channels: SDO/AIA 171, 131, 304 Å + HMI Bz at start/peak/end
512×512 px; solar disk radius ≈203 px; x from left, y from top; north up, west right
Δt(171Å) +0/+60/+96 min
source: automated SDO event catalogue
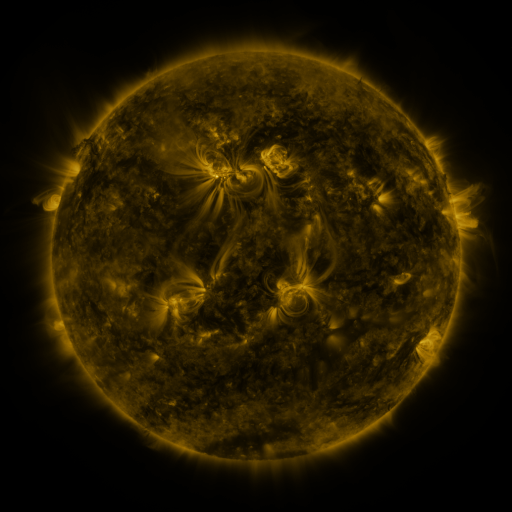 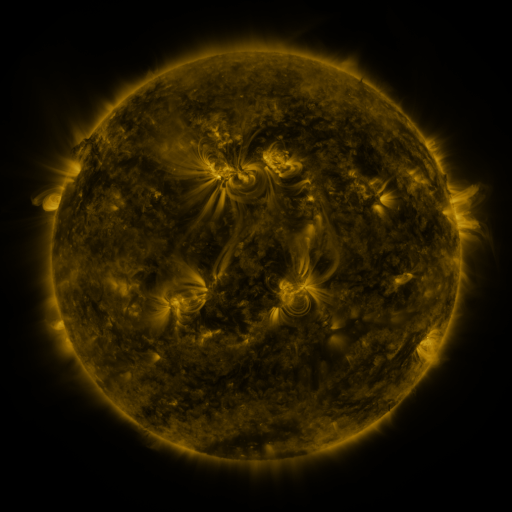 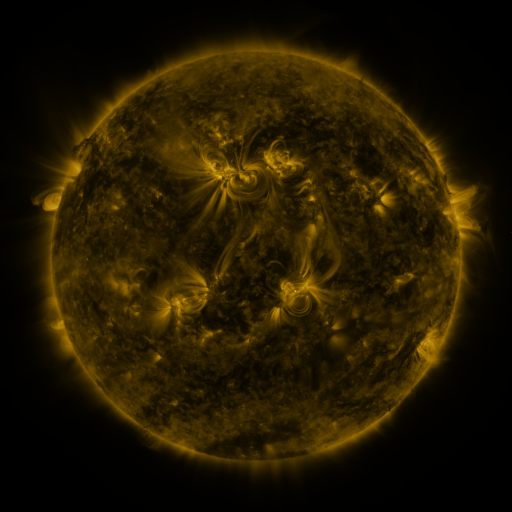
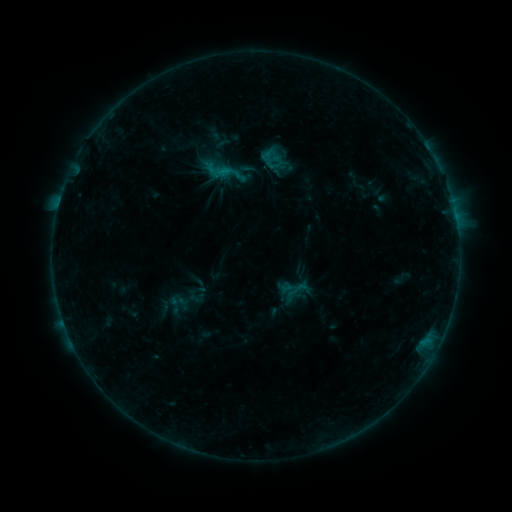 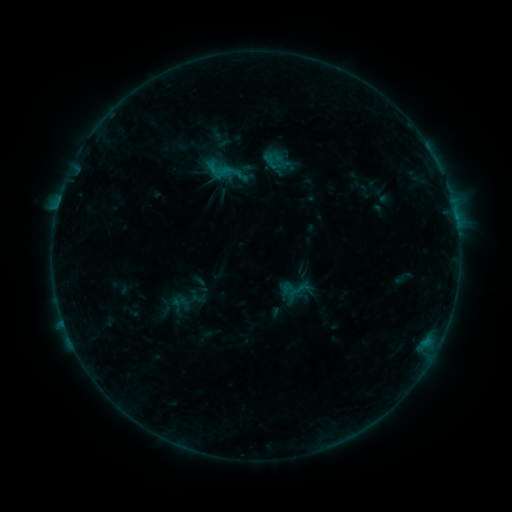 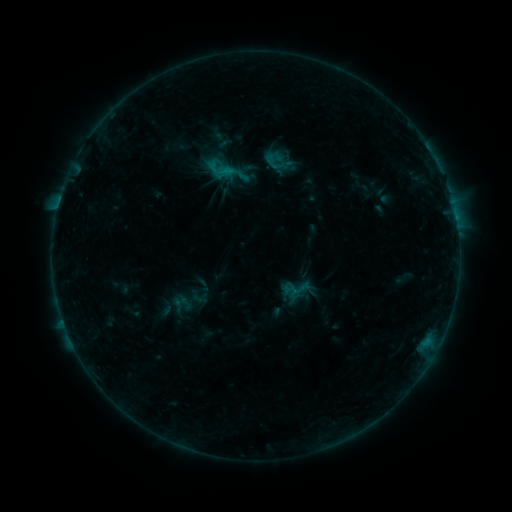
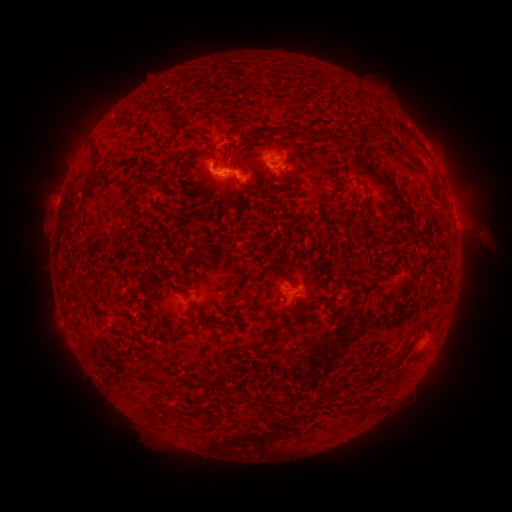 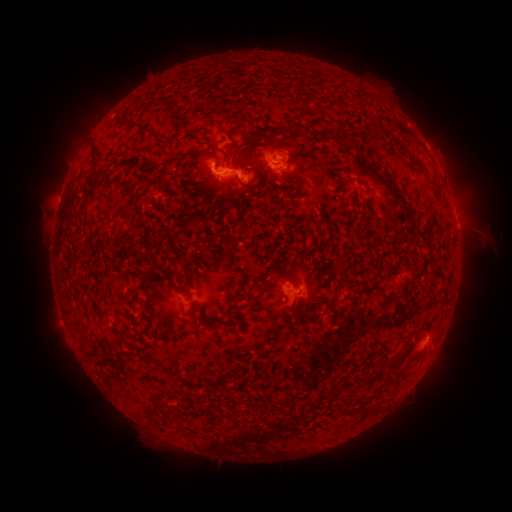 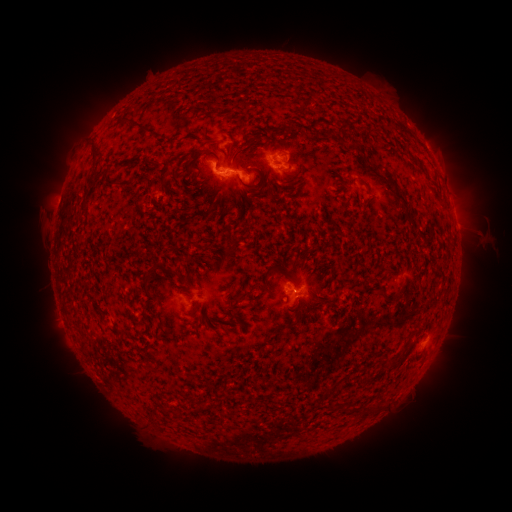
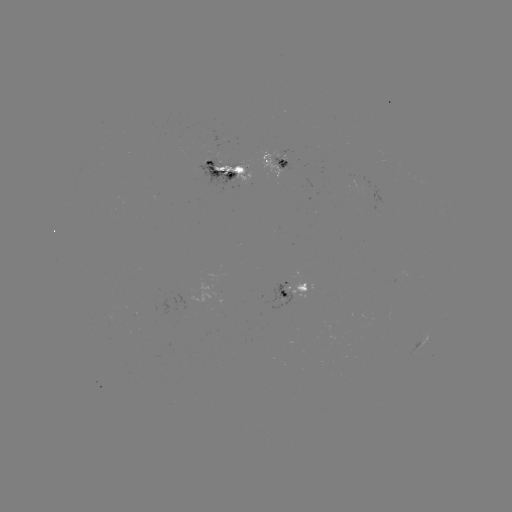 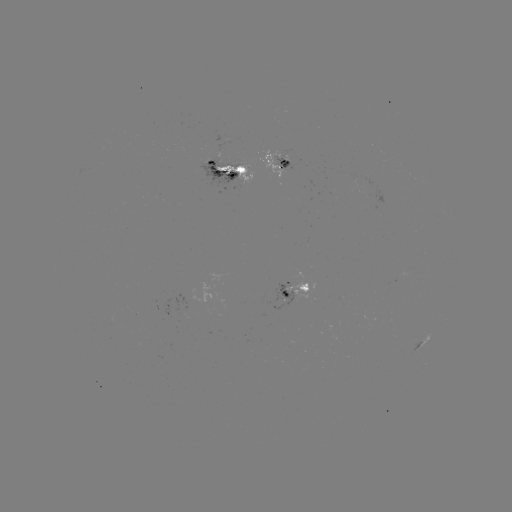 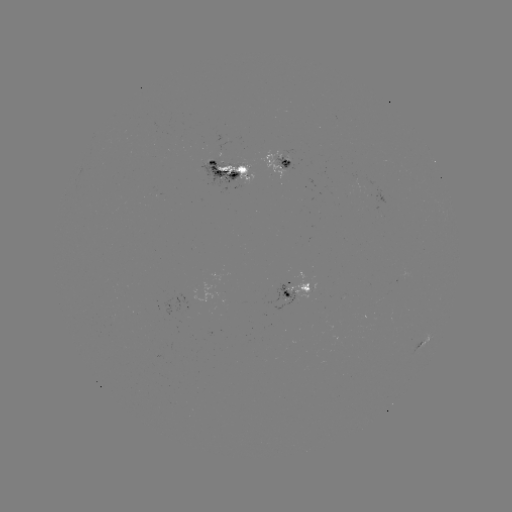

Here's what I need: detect emerging-flux region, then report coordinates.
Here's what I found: emerging-flux region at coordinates (279, 157).